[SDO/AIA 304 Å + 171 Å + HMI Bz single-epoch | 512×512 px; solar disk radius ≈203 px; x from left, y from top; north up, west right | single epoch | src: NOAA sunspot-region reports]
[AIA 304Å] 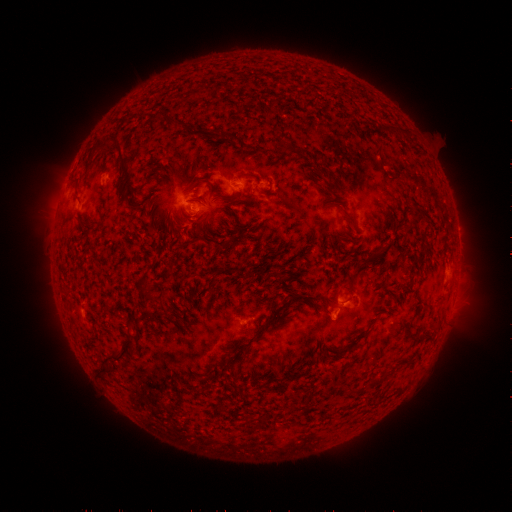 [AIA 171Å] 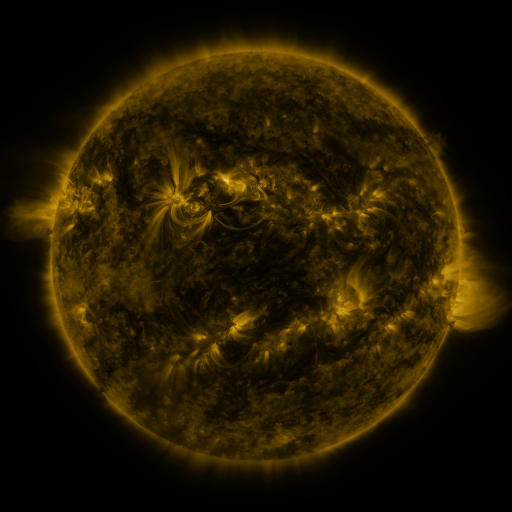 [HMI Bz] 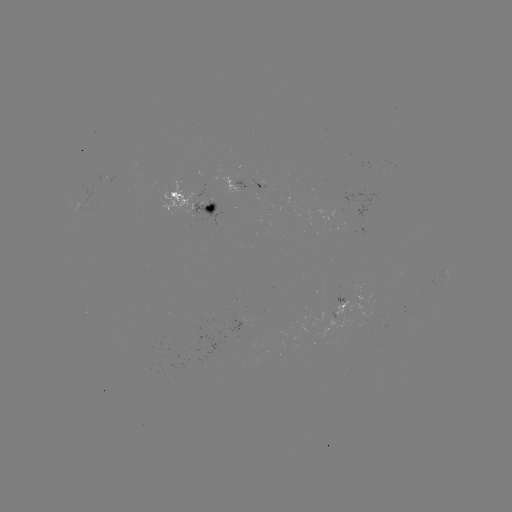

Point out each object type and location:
spotted active region: (259, 188)
spotted active region: (195, 199)
spotted active region: (344, 311)
